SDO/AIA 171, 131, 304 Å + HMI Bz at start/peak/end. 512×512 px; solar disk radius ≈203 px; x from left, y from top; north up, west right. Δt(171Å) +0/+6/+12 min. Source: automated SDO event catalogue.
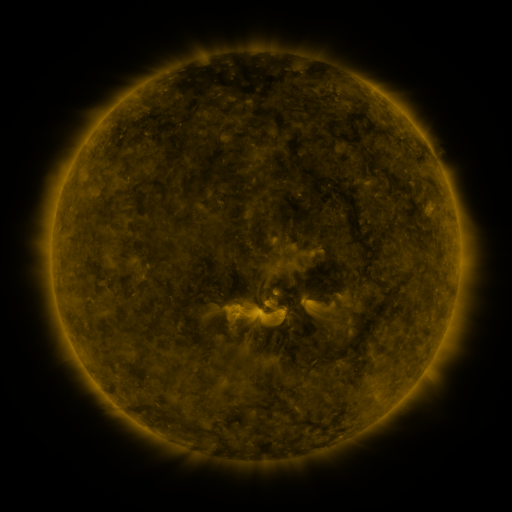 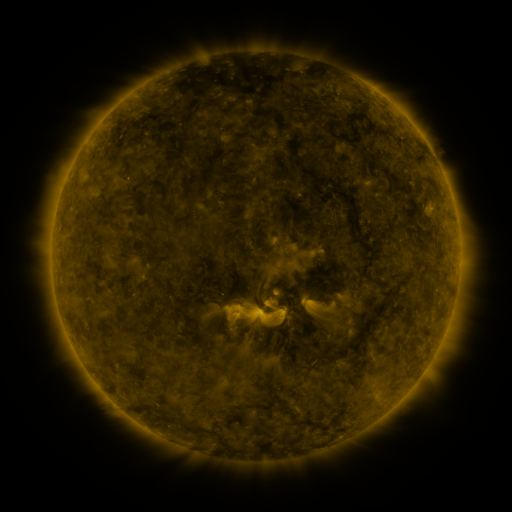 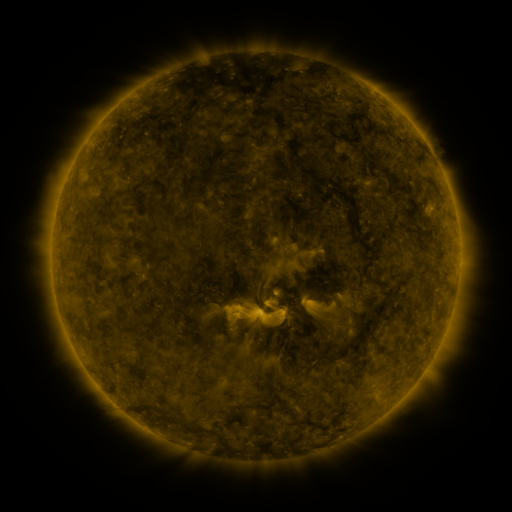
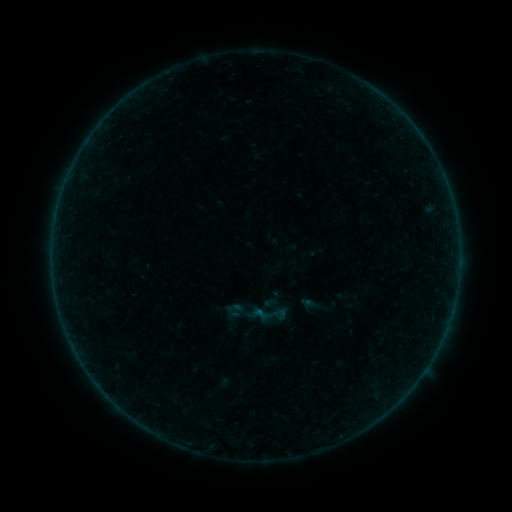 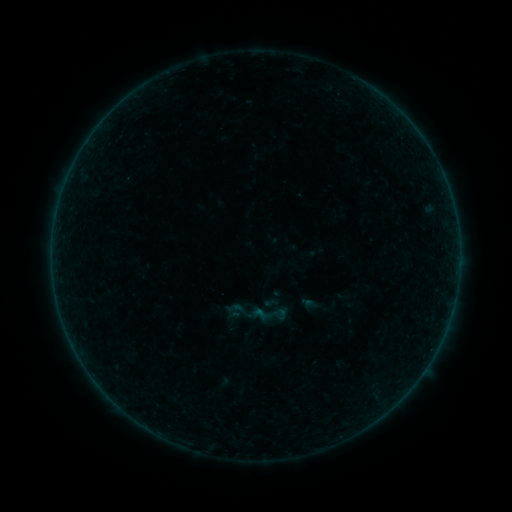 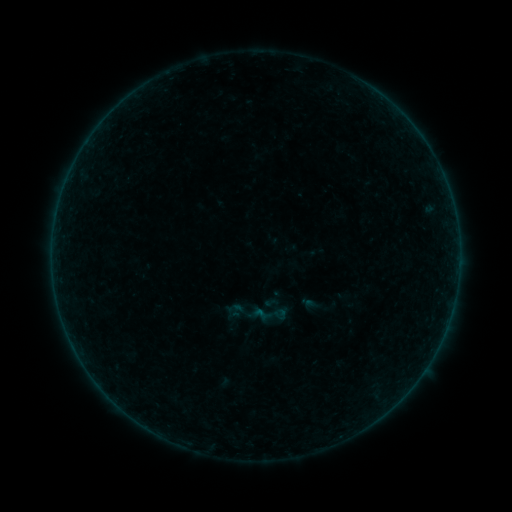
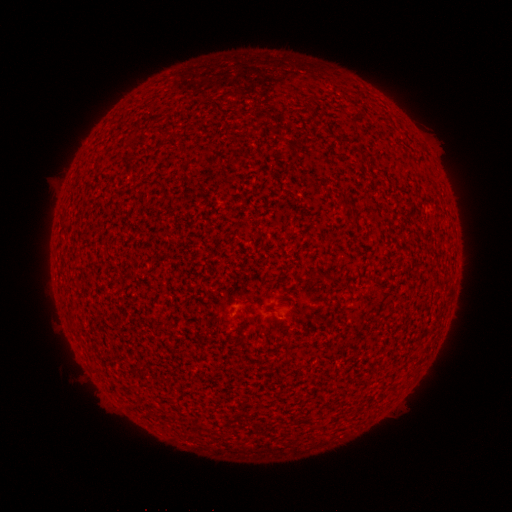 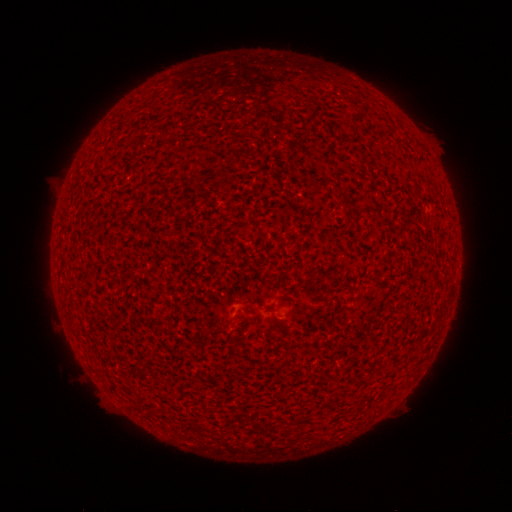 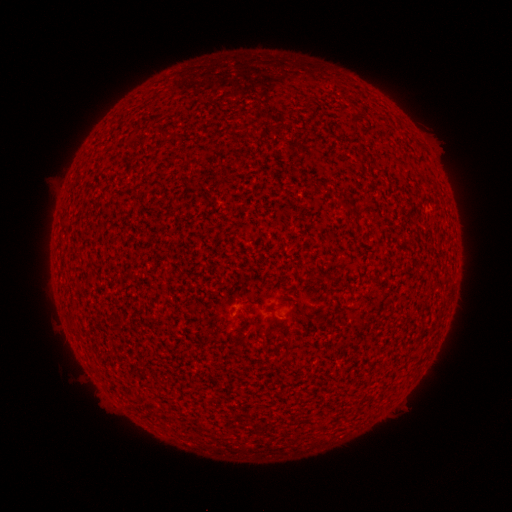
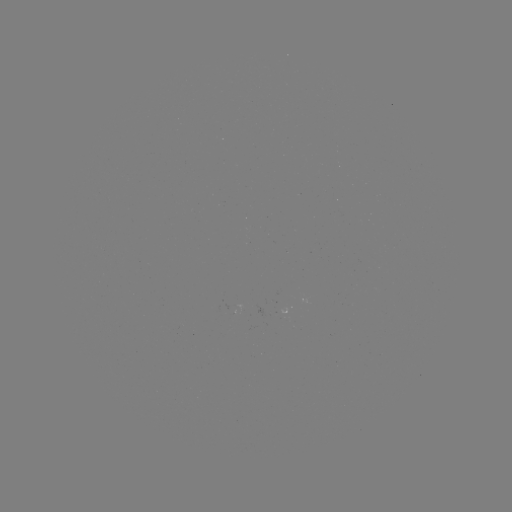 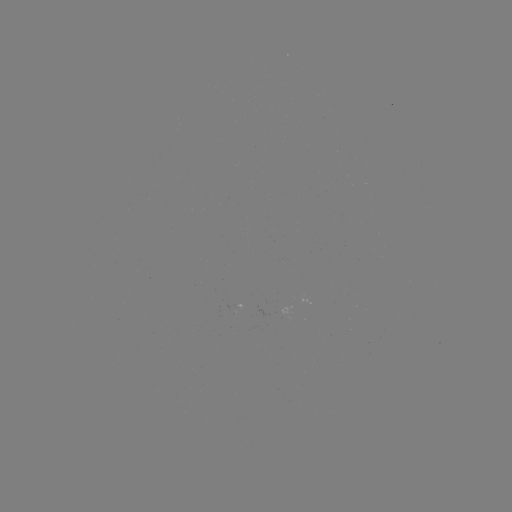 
no flare in any classed list; no EUV-trigger detection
